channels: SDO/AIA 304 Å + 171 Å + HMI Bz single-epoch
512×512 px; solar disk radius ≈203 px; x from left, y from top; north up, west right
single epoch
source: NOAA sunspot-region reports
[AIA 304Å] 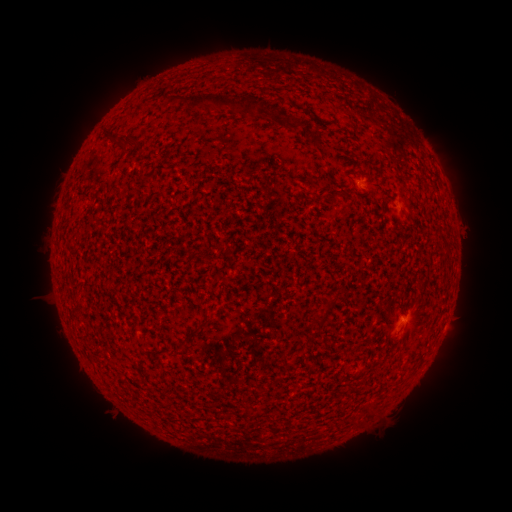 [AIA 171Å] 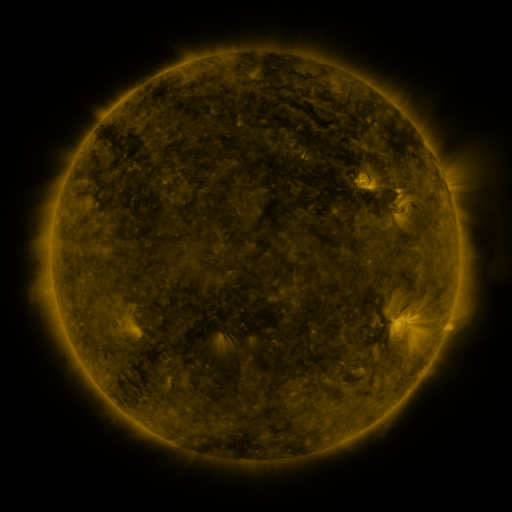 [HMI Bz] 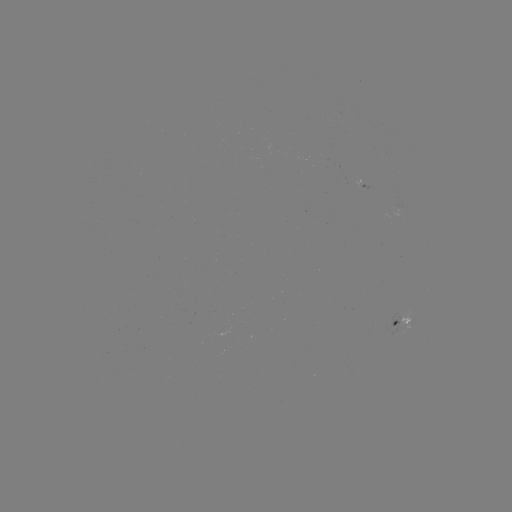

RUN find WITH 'spotted active region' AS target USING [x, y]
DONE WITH [401, 321] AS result